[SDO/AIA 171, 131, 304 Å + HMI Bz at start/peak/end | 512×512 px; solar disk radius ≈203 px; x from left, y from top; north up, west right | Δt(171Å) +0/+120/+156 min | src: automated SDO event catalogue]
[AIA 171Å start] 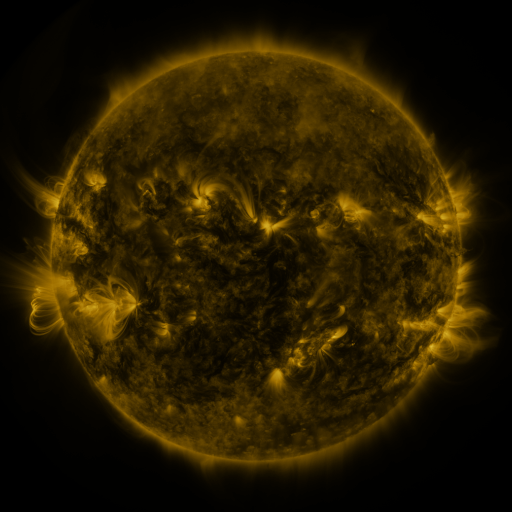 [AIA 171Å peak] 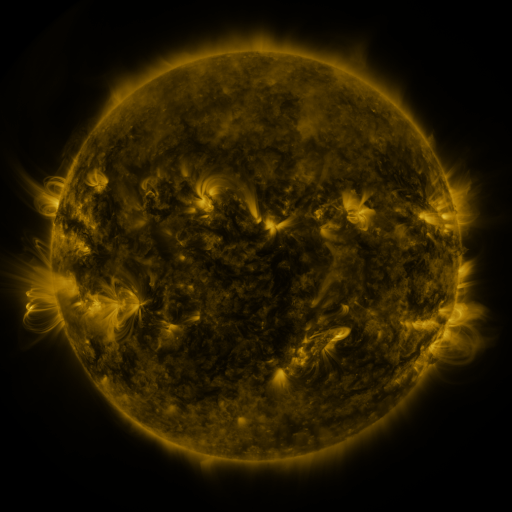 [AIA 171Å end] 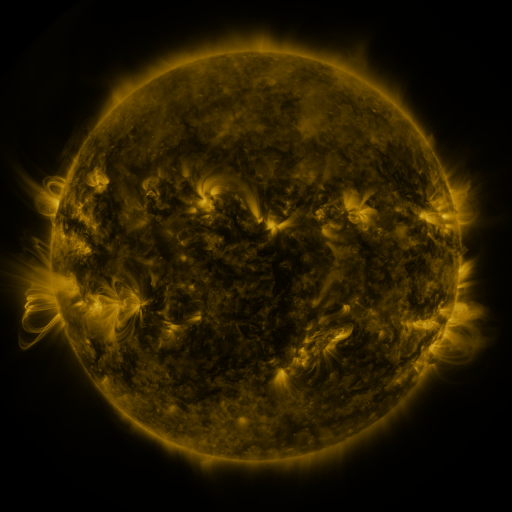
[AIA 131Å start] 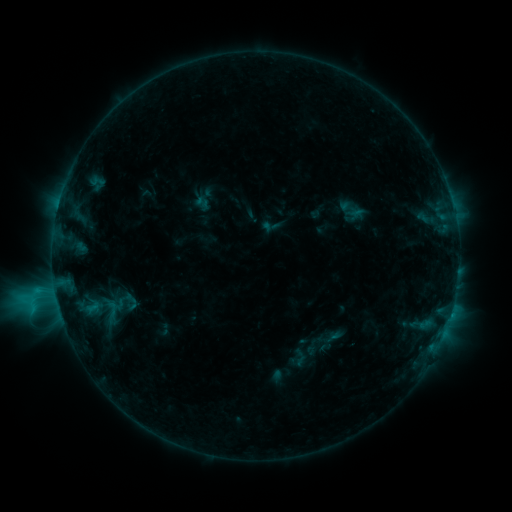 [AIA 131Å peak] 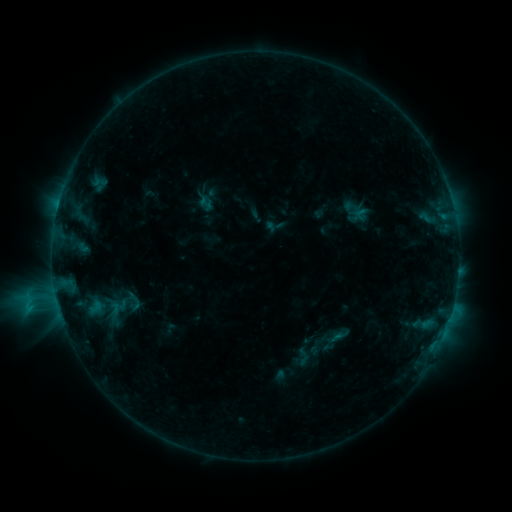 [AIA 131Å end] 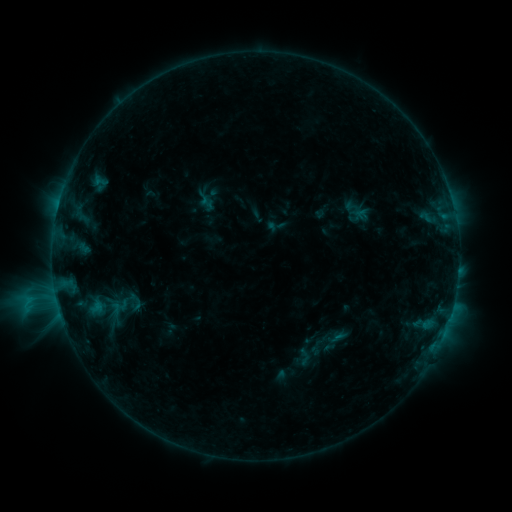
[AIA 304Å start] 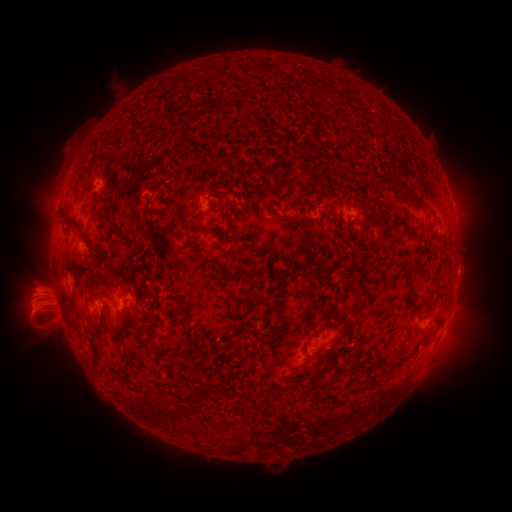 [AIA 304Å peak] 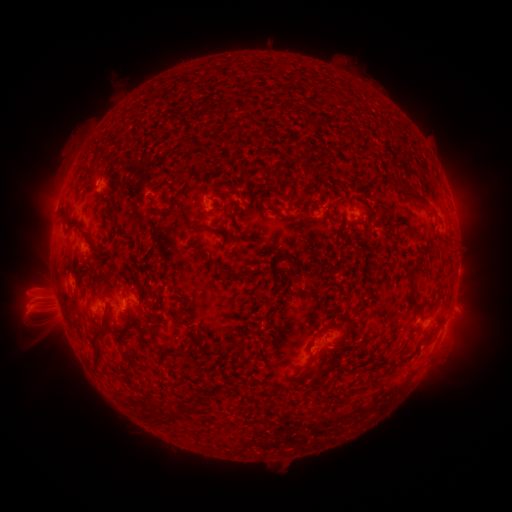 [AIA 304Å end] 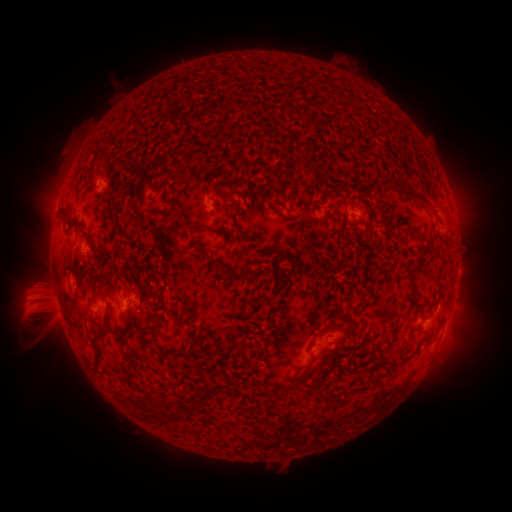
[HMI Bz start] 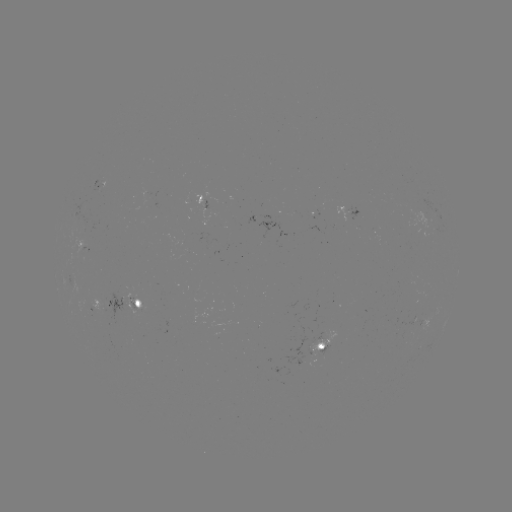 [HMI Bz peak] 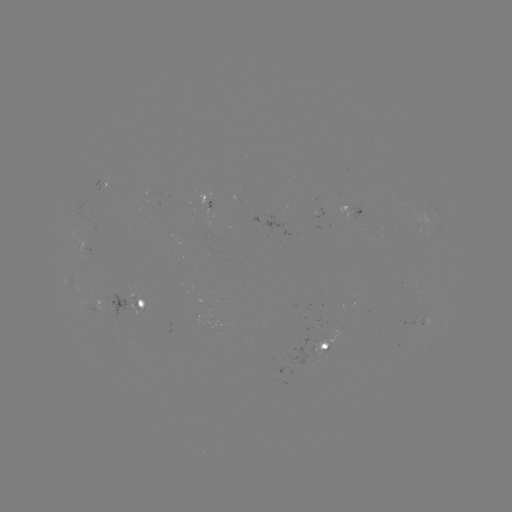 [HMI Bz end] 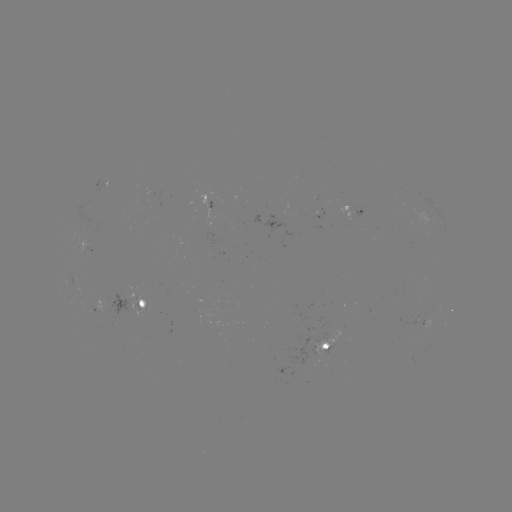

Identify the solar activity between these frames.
emerging-flux region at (86, 247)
